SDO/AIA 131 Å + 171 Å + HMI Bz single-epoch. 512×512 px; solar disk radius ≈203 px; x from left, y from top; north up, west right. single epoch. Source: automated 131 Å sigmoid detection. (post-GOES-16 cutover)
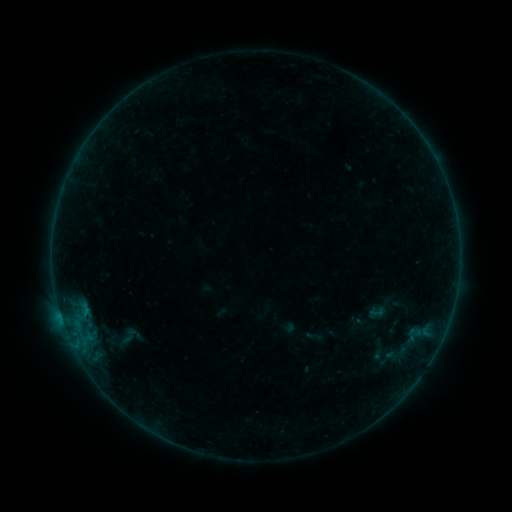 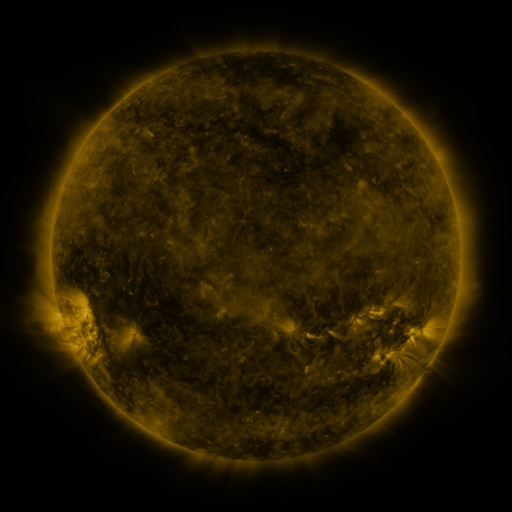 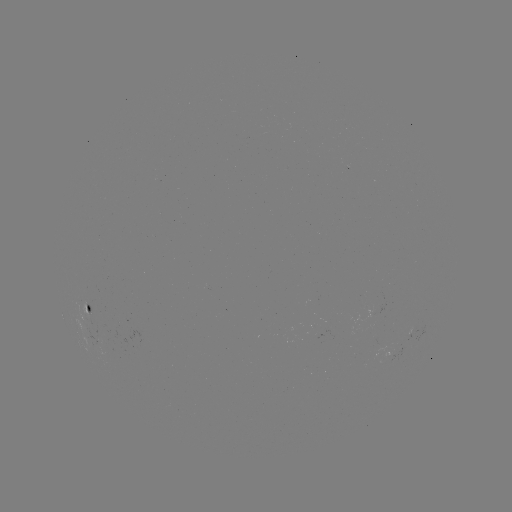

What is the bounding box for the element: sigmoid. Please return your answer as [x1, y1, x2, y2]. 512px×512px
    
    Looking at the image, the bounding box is [109, 324, 151, 350].